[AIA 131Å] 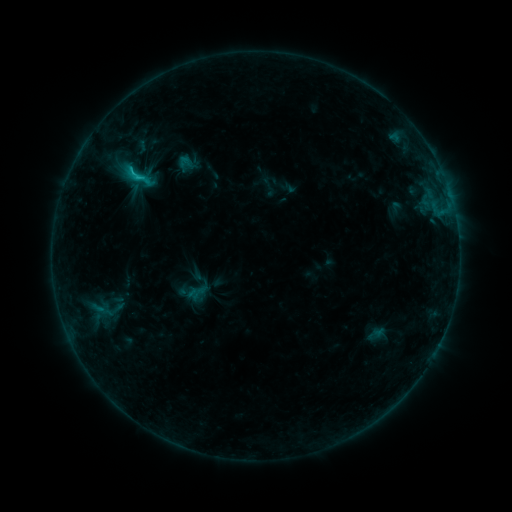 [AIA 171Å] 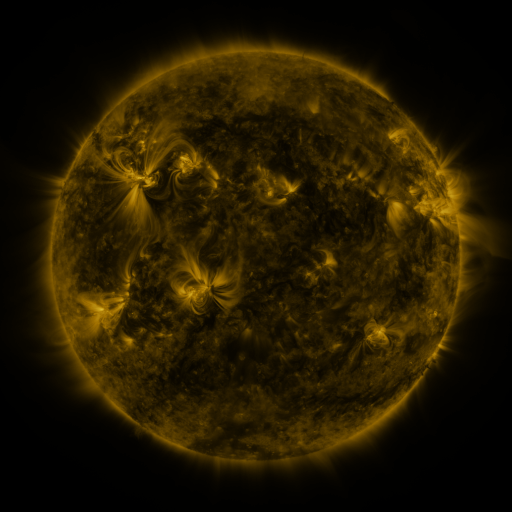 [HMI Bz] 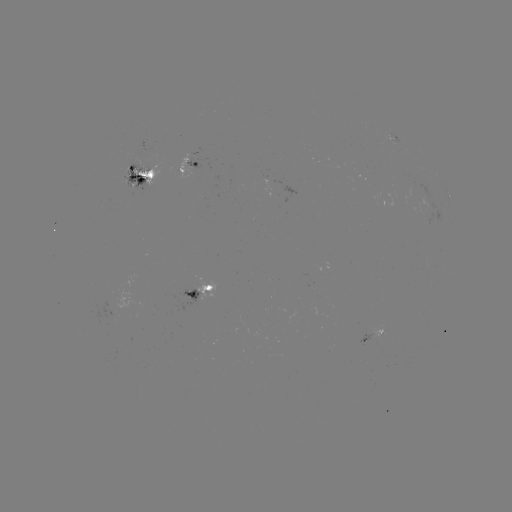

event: sigmoid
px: (137, 175)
